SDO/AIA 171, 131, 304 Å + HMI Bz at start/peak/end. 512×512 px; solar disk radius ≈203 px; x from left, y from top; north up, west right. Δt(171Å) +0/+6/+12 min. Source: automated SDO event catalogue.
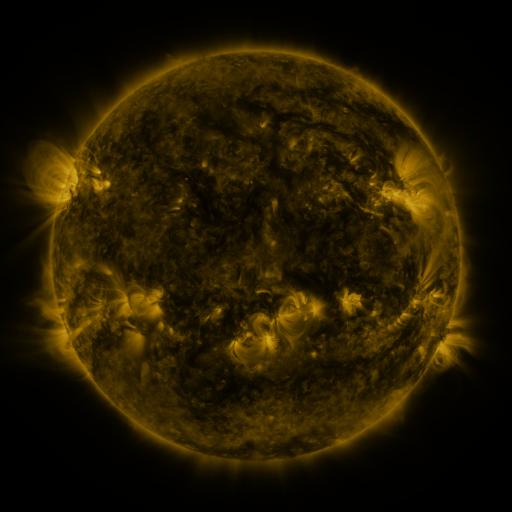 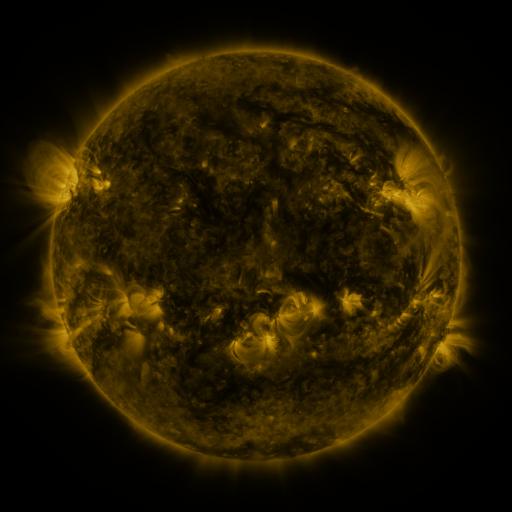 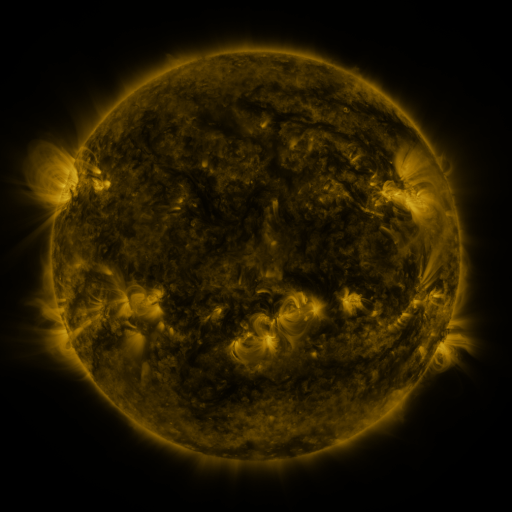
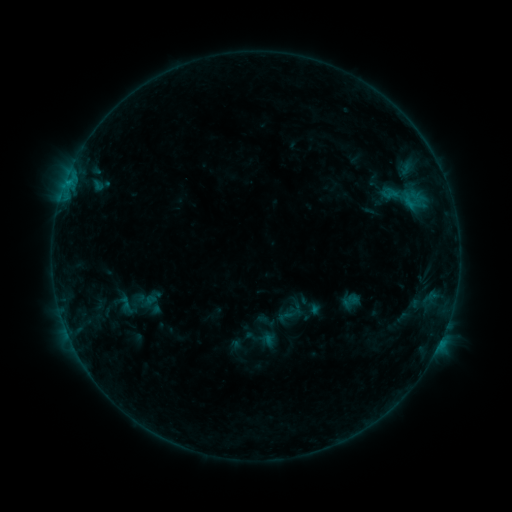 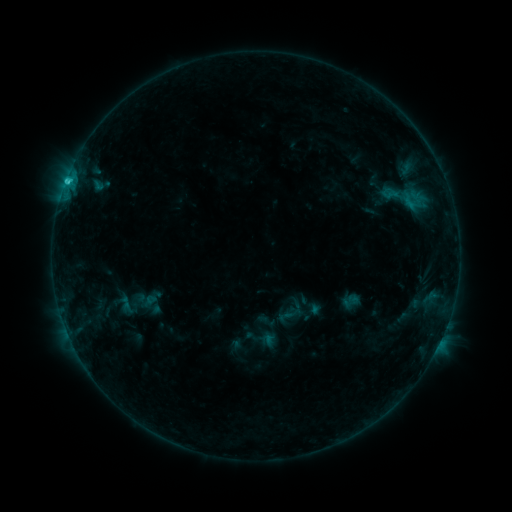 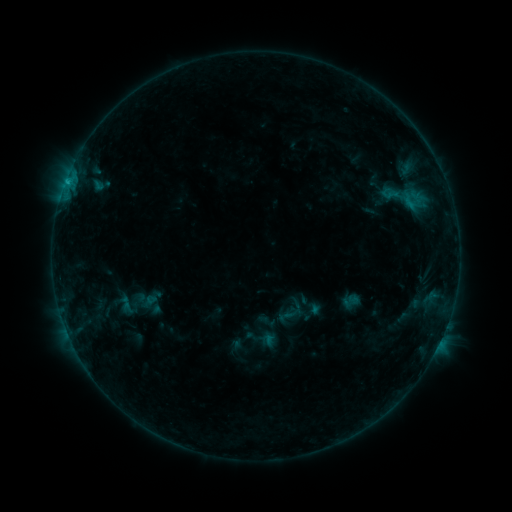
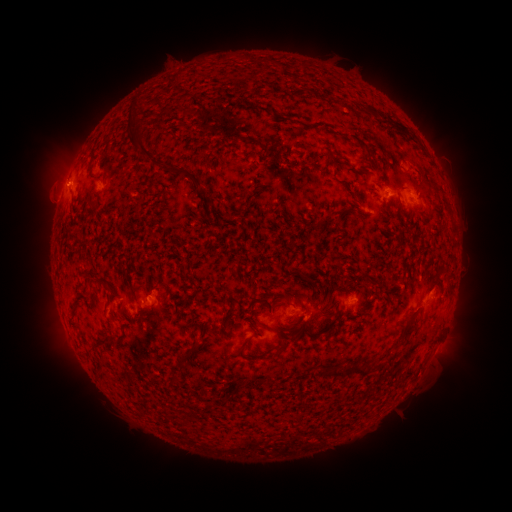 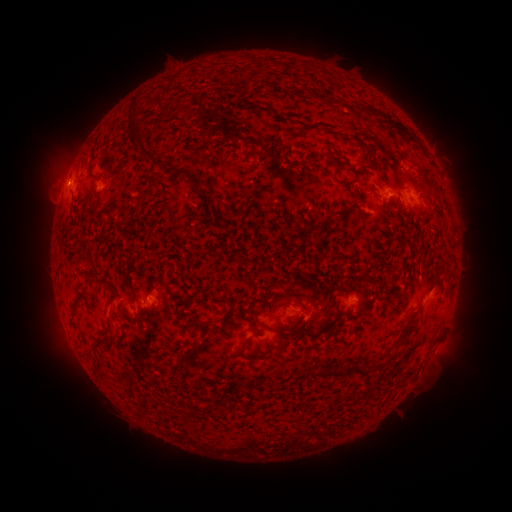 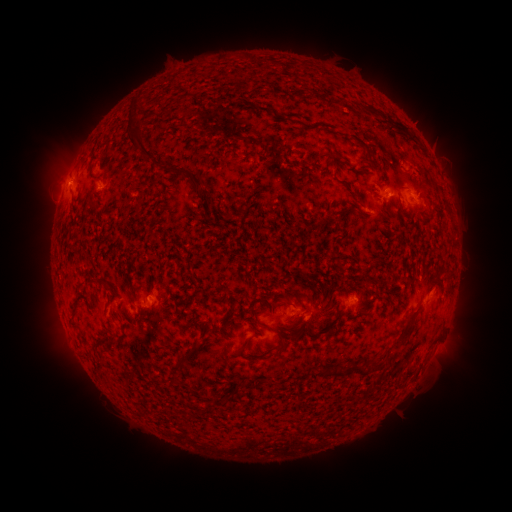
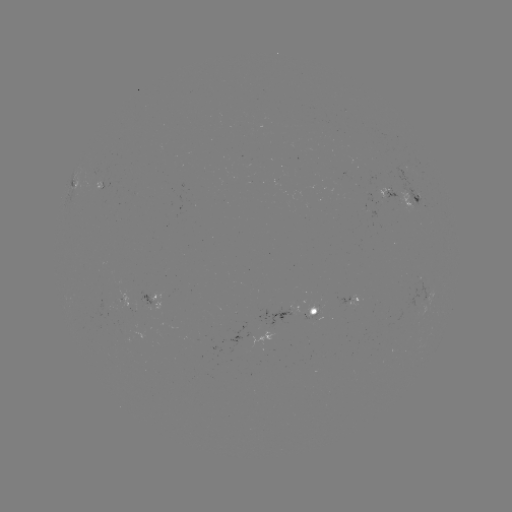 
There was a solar flare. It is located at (66, 184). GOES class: C1.2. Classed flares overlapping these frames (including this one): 1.